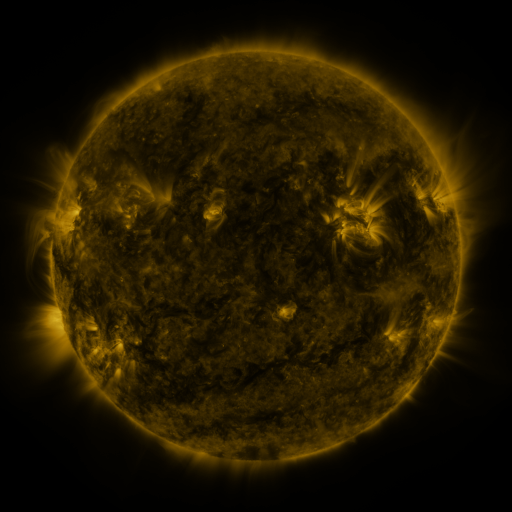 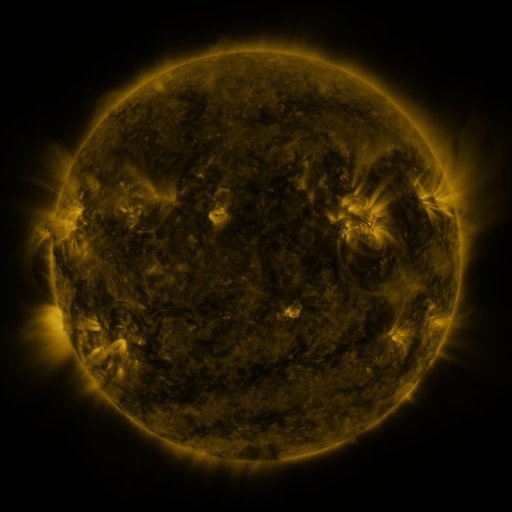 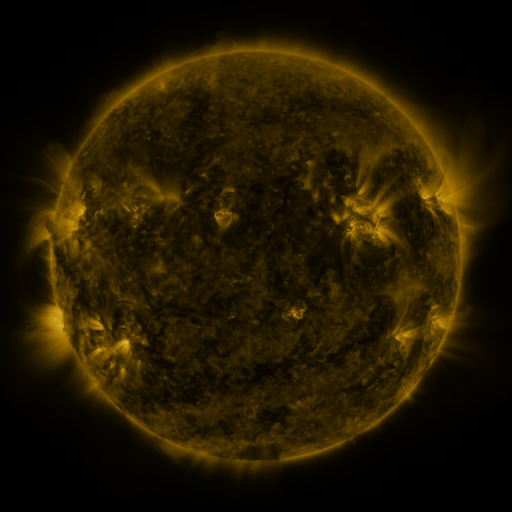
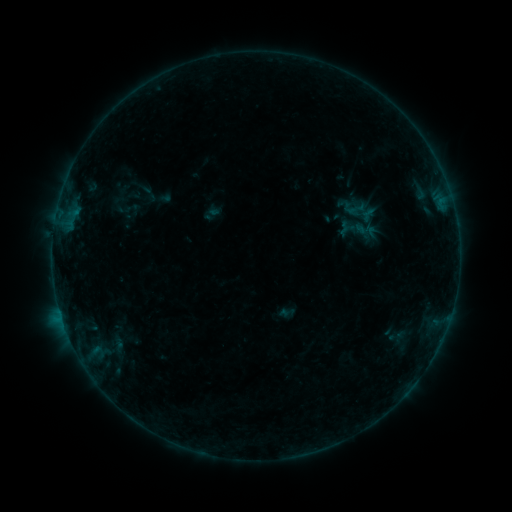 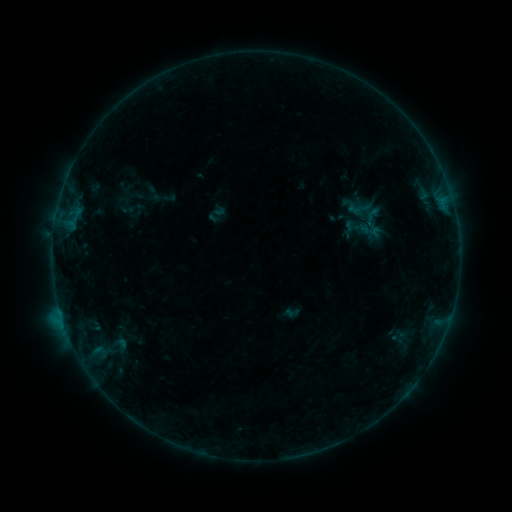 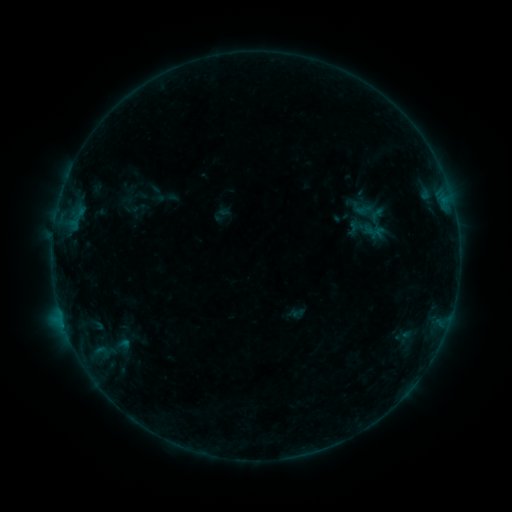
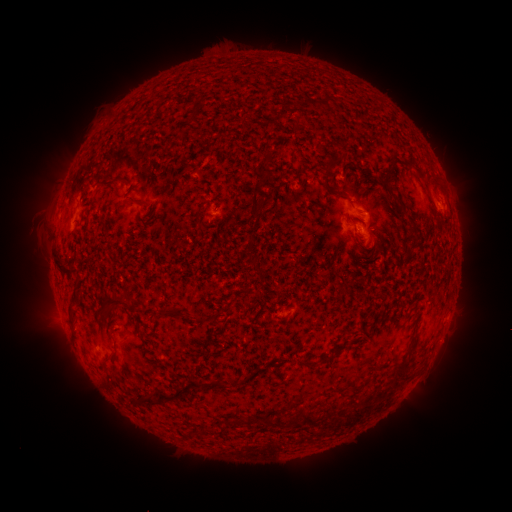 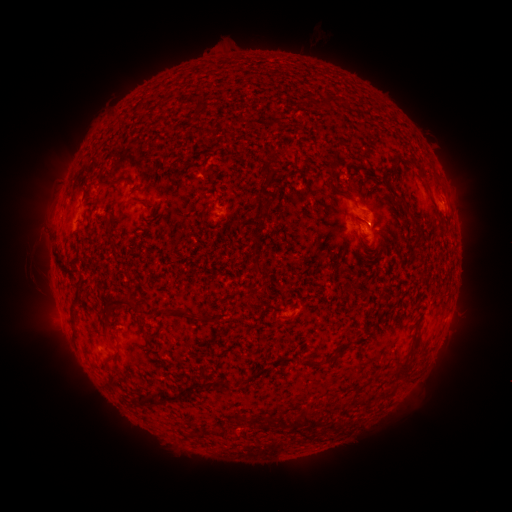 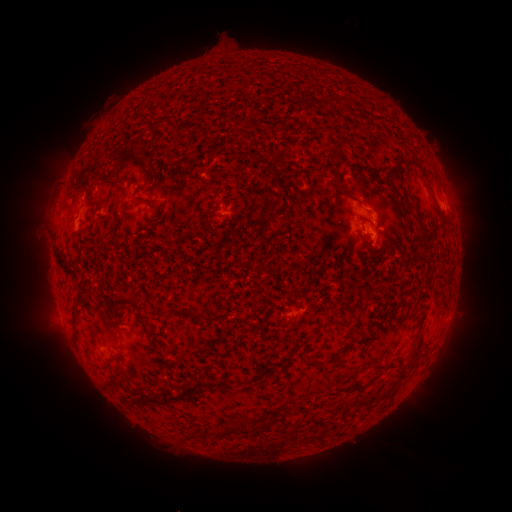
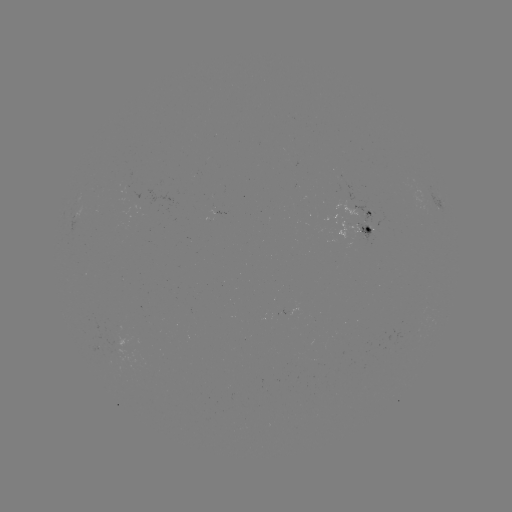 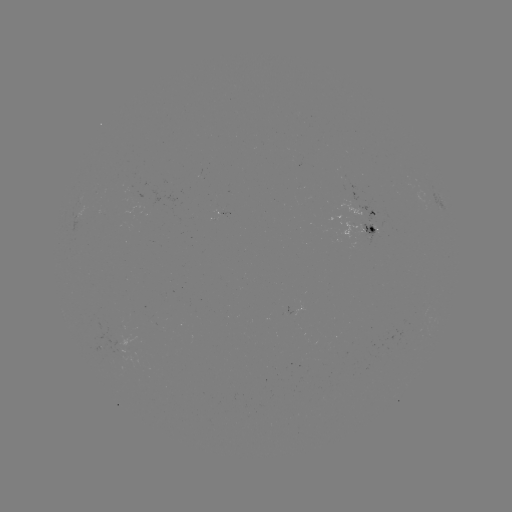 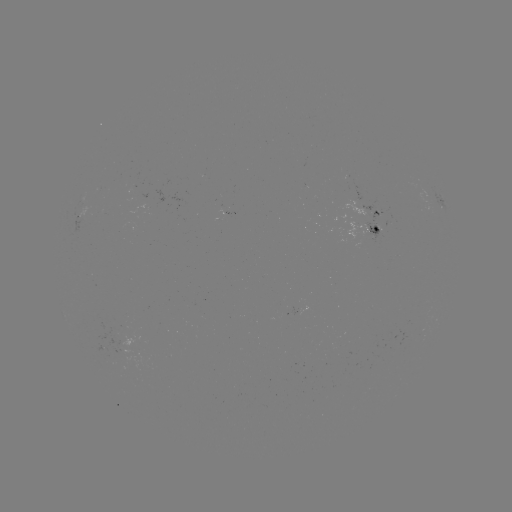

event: filament eruption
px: (382, 411)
